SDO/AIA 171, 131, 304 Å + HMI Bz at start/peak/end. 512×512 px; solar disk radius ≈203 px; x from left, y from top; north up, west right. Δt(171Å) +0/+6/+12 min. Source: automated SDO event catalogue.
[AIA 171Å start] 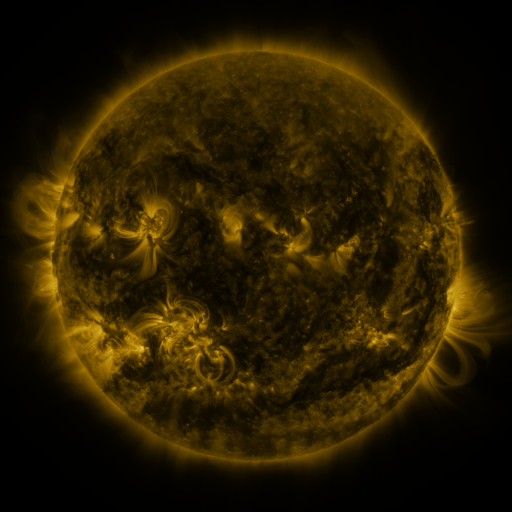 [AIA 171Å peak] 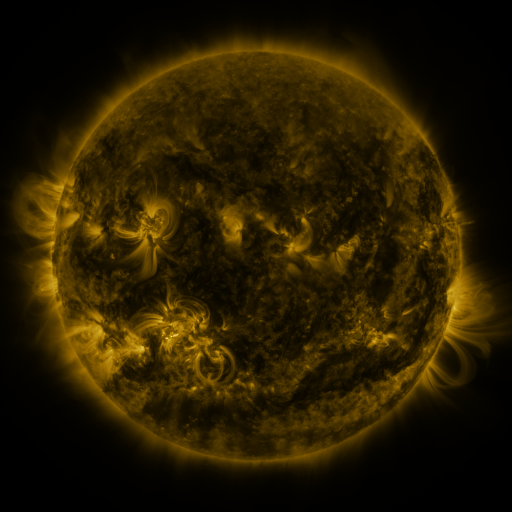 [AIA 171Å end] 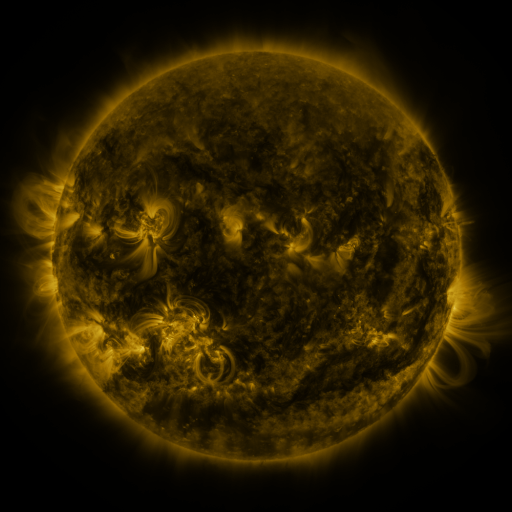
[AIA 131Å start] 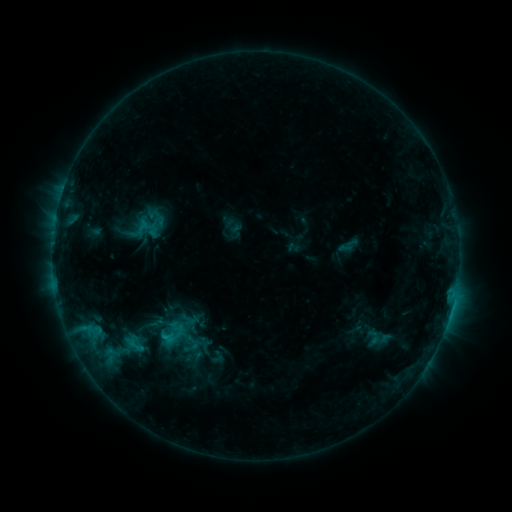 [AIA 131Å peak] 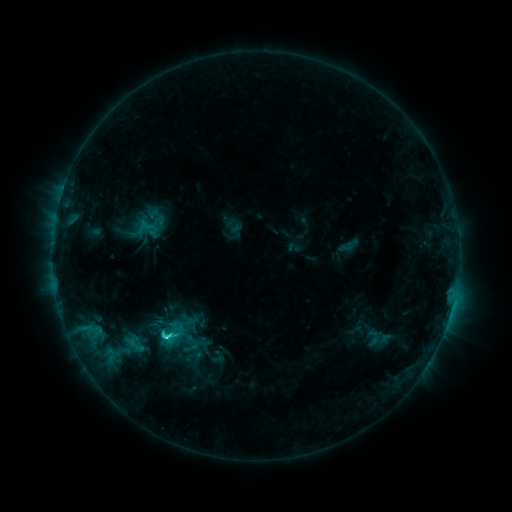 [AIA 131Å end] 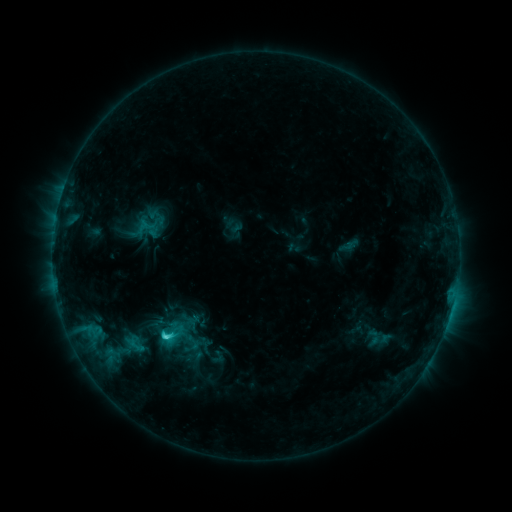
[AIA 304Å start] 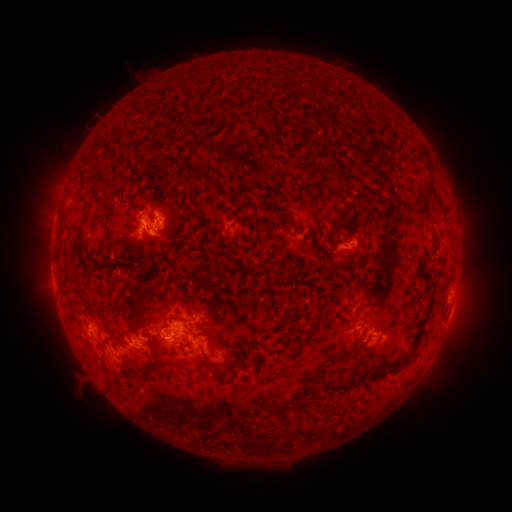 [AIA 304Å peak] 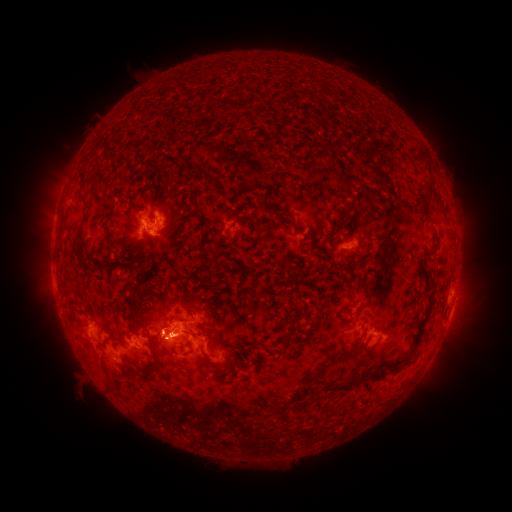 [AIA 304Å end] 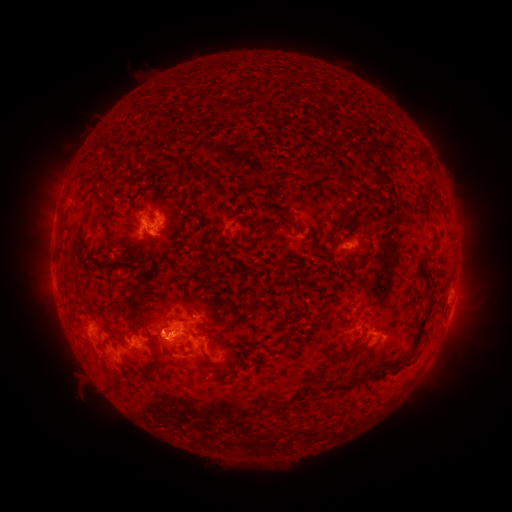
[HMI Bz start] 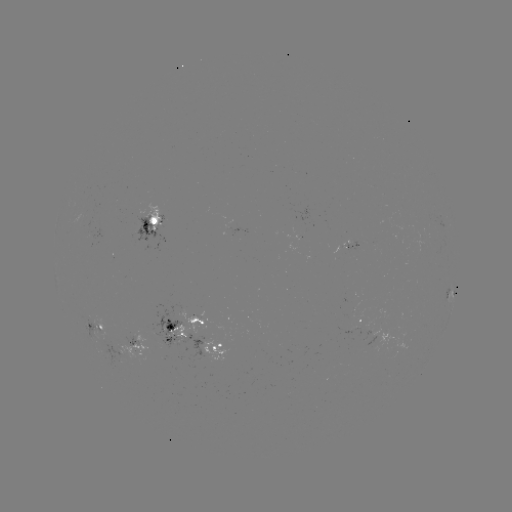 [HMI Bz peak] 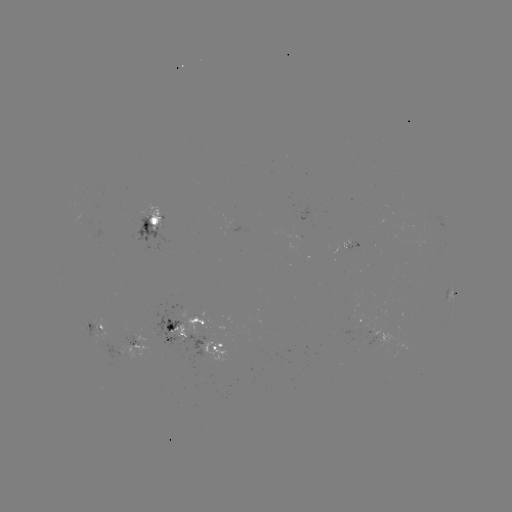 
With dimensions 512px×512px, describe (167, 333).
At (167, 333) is C2.7 flare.